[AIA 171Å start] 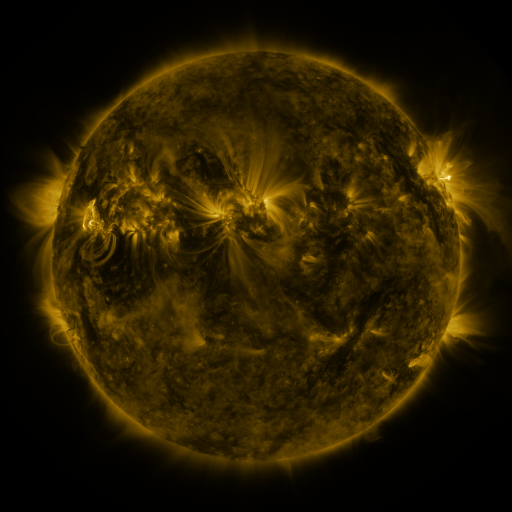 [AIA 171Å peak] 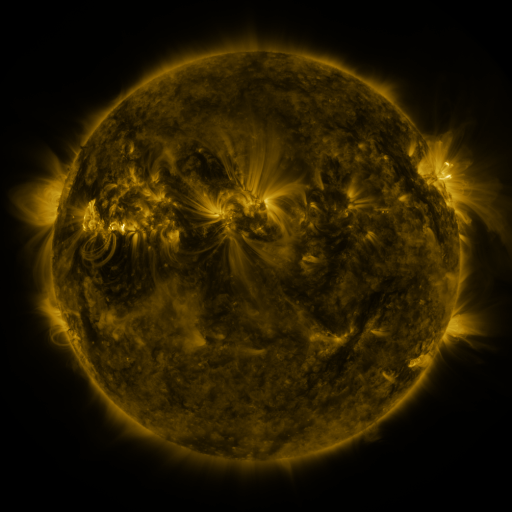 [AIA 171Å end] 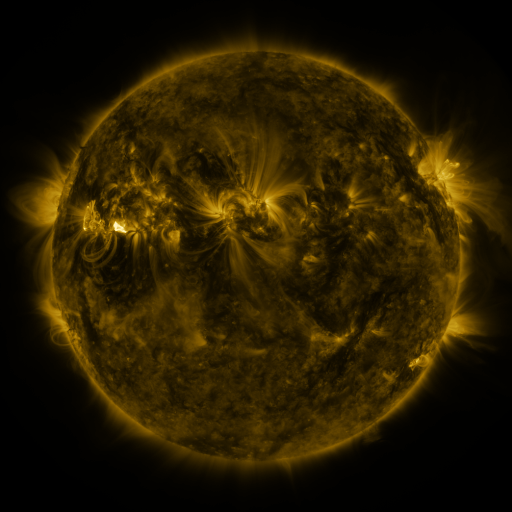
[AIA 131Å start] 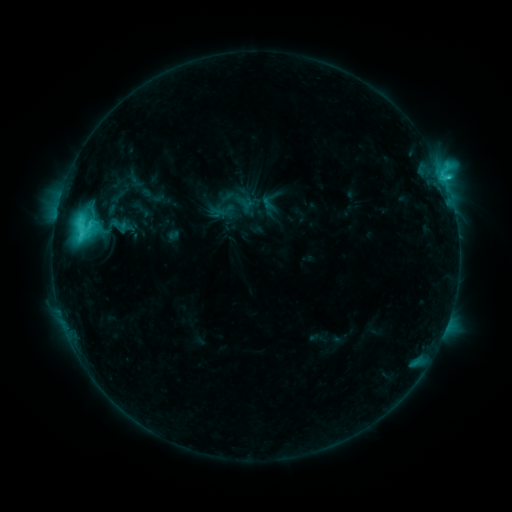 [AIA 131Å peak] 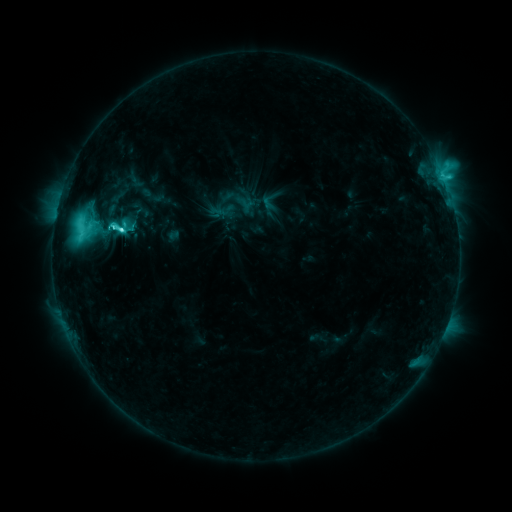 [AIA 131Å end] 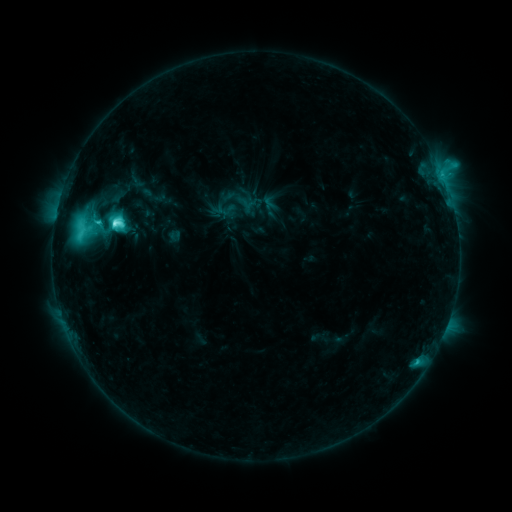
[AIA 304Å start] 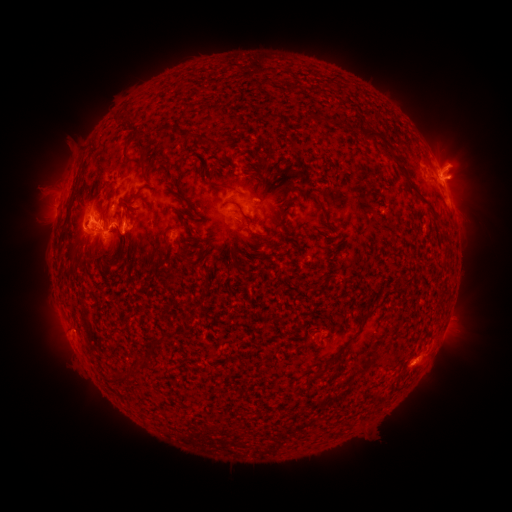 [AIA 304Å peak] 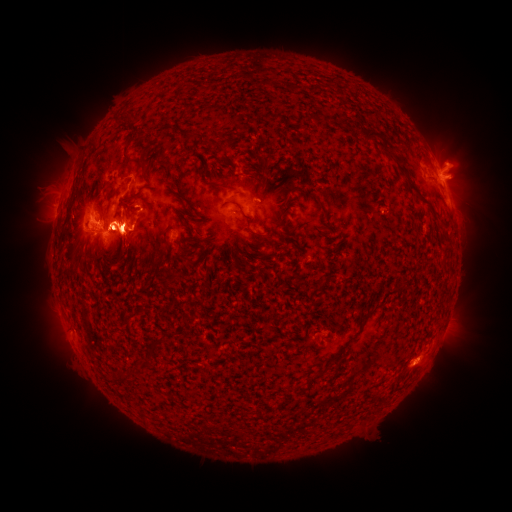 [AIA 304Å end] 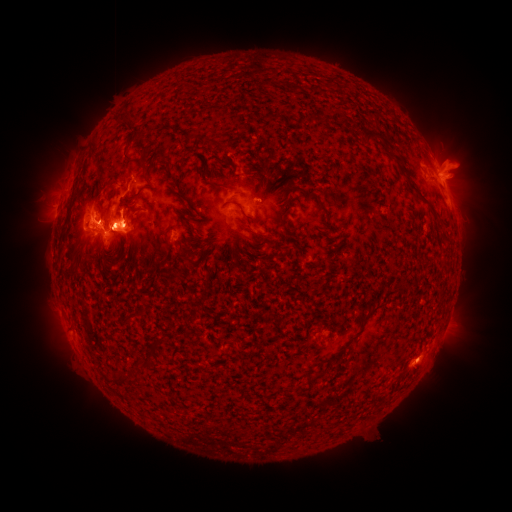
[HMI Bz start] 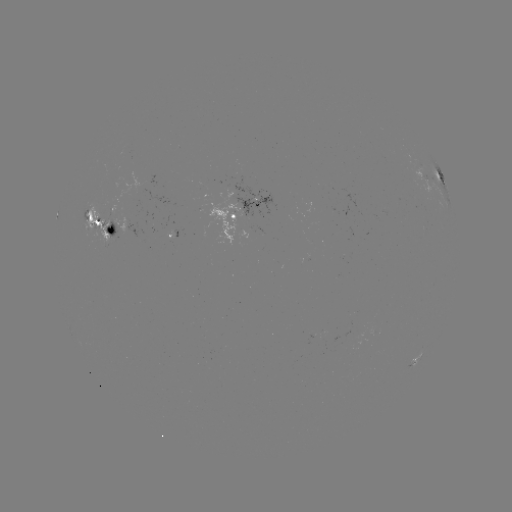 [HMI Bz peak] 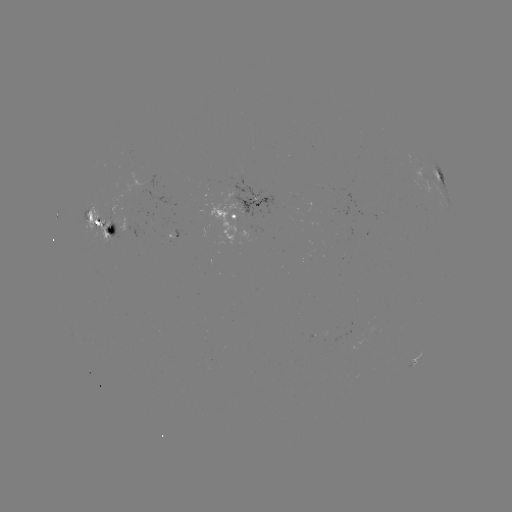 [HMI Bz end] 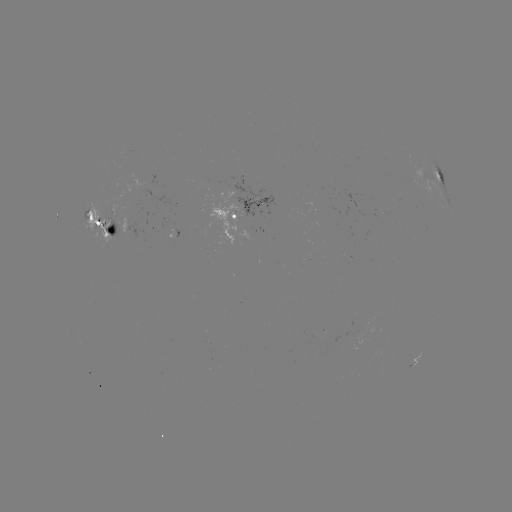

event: flare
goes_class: M3.0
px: (122, 231)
